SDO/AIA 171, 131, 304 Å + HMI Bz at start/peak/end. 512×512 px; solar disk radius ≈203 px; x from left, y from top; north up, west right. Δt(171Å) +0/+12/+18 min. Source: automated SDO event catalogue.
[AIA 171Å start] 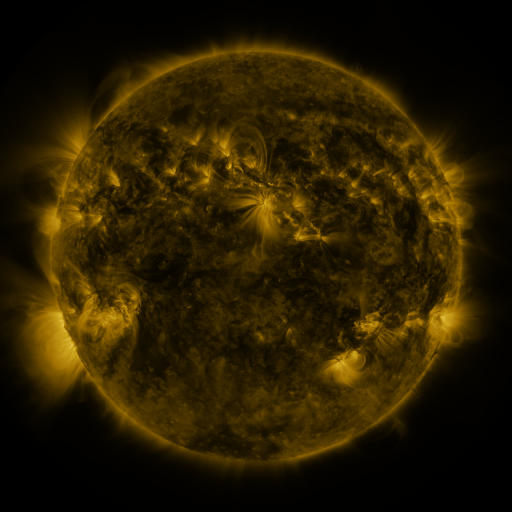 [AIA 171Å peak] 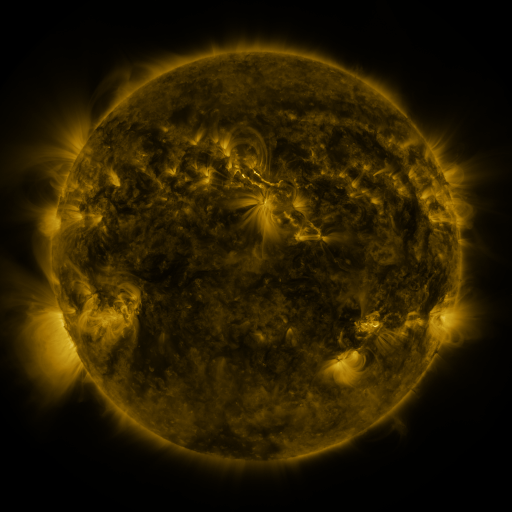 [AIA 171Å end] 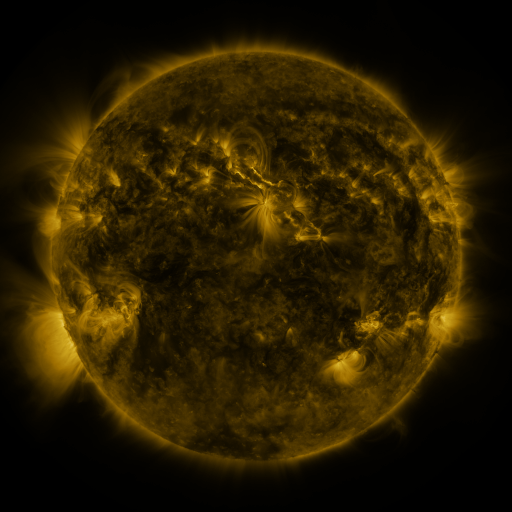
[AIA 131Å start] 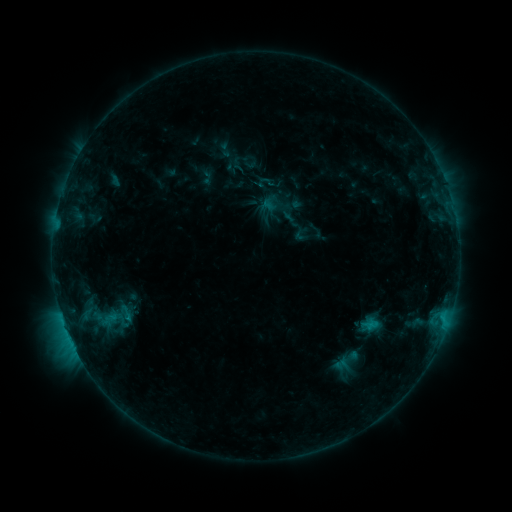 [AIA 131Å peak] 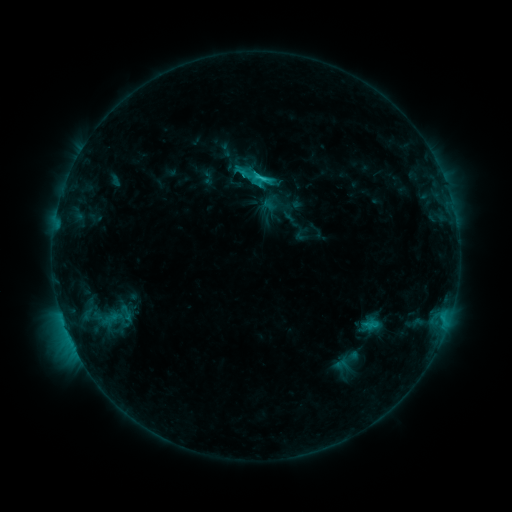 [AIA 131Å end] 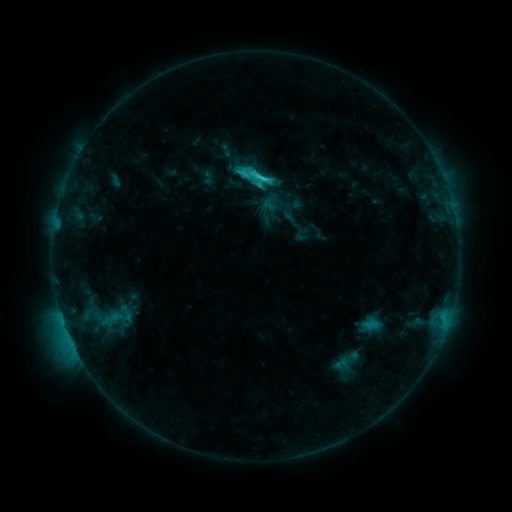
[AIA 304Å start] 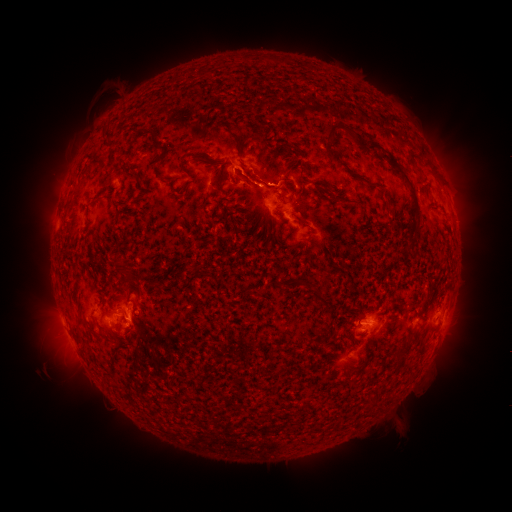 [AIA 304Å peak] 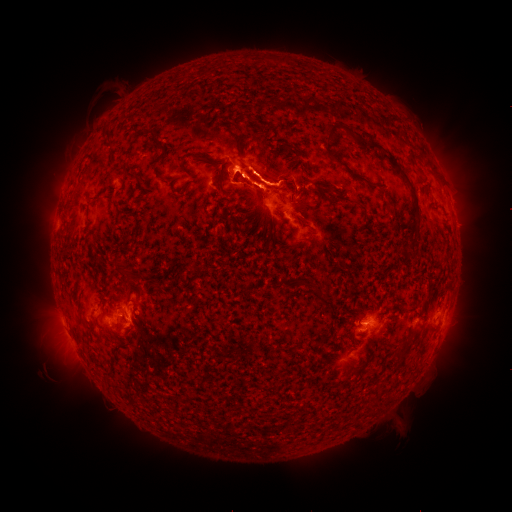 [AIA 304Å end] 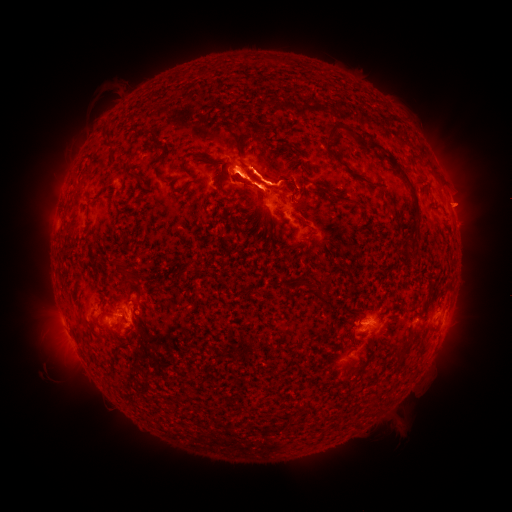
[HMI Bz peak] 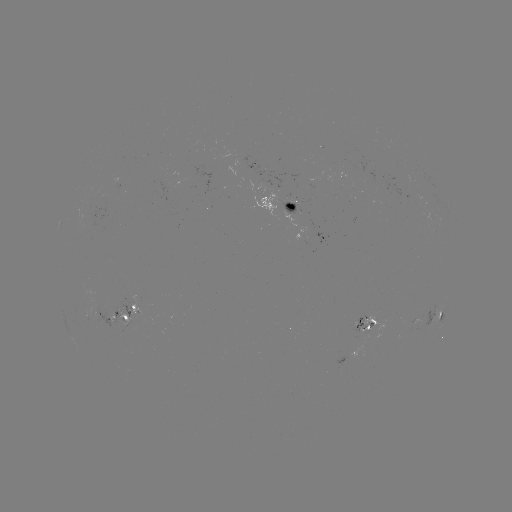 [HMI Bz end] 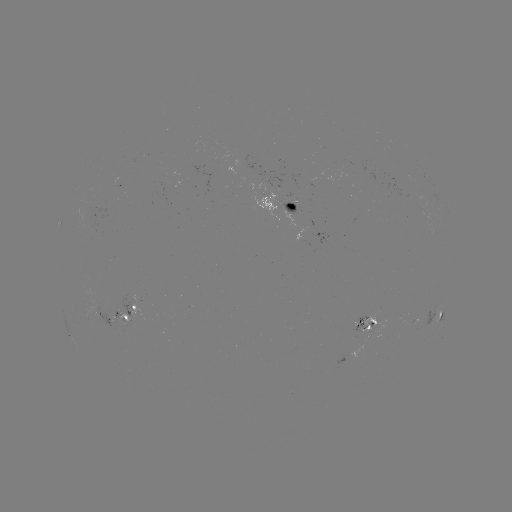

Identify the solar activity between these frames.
eruption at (257, 172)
